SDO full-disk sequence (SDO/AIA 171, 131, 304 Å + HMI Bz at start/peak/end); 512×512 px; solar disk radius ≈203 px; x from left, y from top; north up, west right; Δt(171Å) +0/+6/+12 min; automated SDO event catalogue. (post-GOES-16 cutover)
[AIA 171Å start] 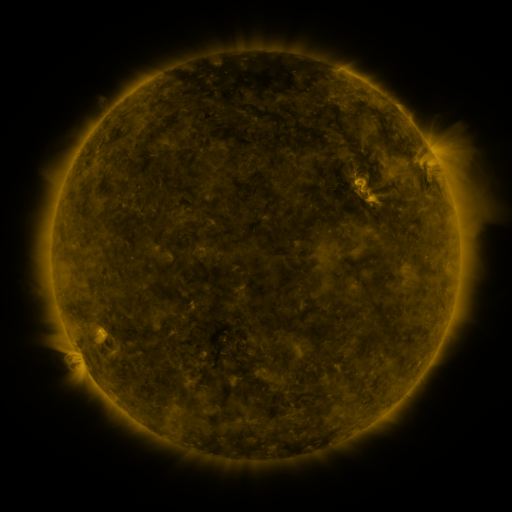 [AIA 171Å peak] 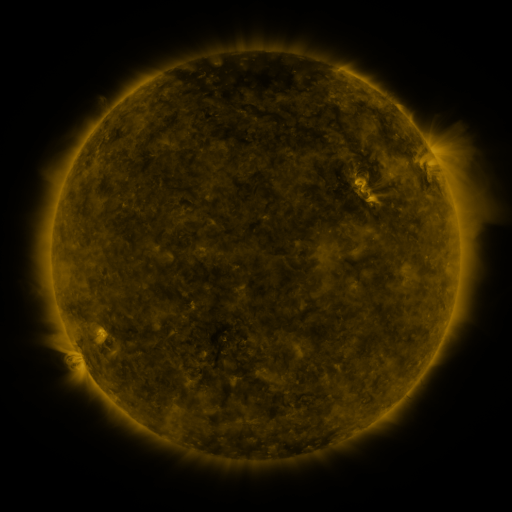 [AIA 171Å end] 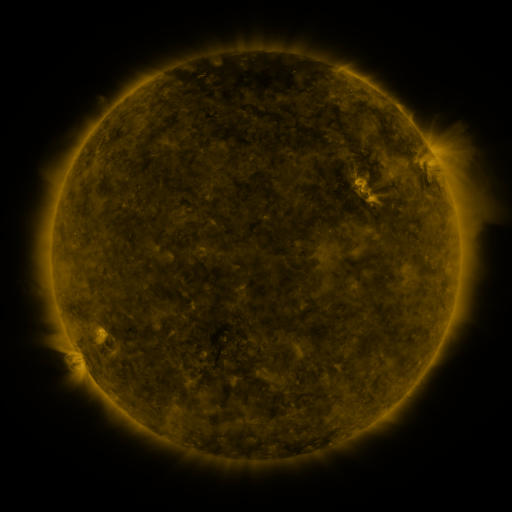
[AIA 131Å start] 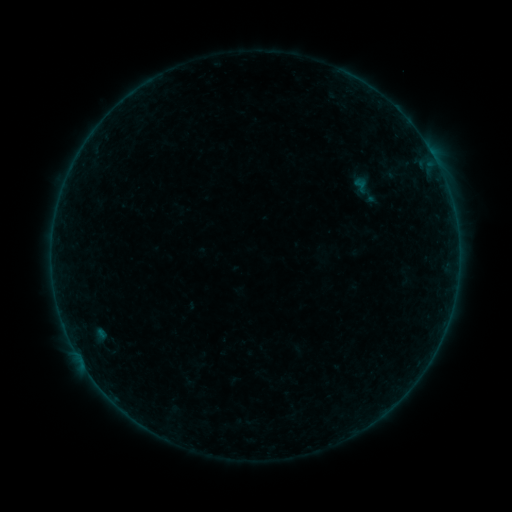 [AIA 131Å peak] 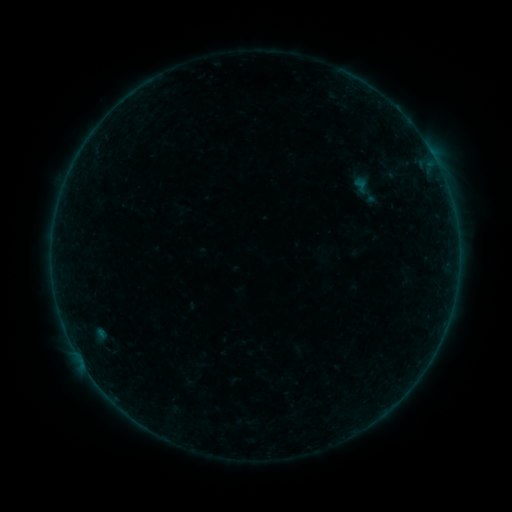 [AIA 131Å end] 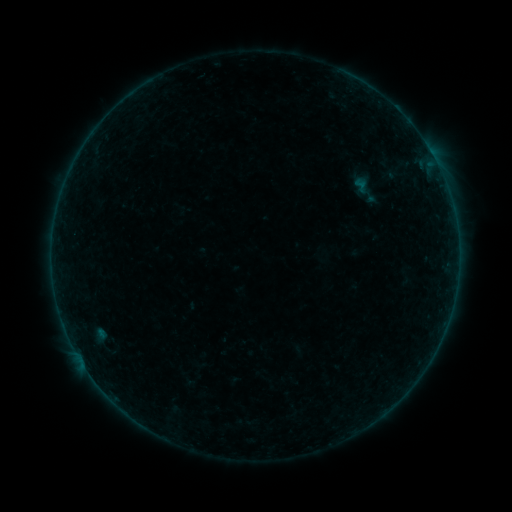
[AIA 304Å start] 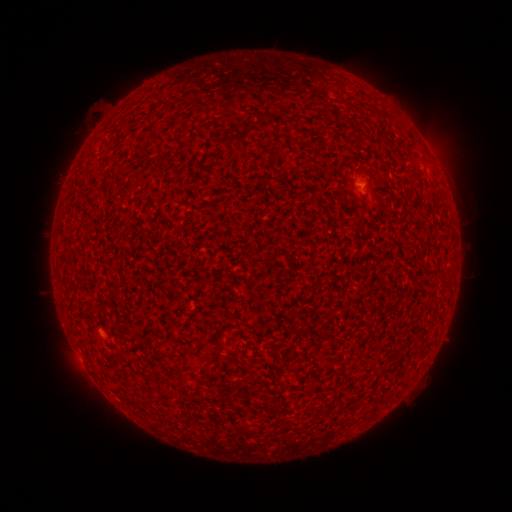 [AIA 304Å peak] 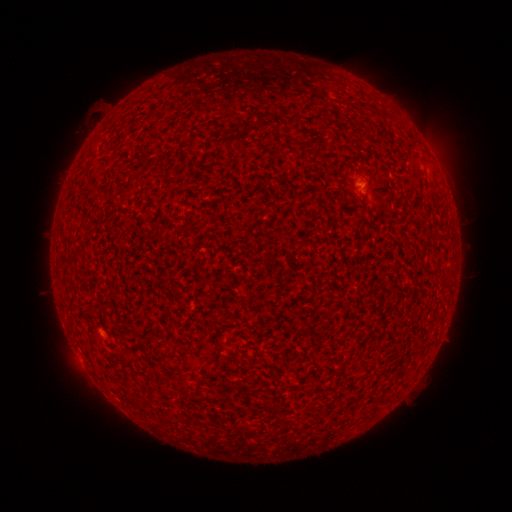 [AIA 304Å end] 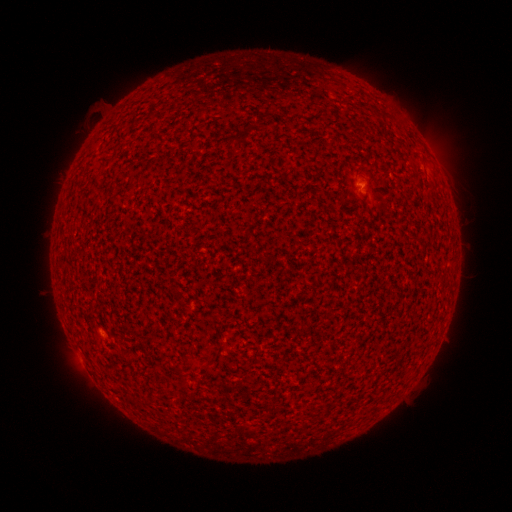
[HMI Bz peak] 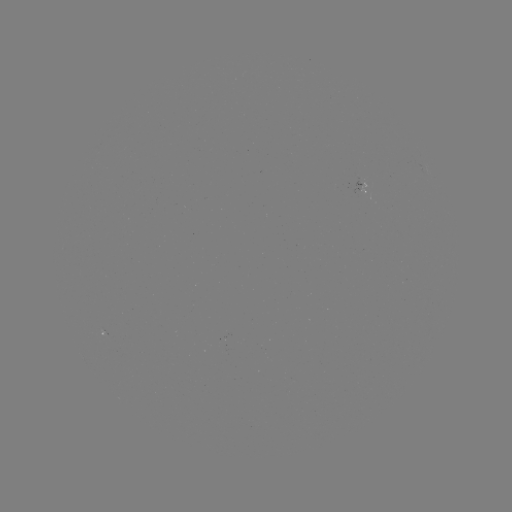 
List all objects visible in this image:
A4.0 flare: (361, 184)
